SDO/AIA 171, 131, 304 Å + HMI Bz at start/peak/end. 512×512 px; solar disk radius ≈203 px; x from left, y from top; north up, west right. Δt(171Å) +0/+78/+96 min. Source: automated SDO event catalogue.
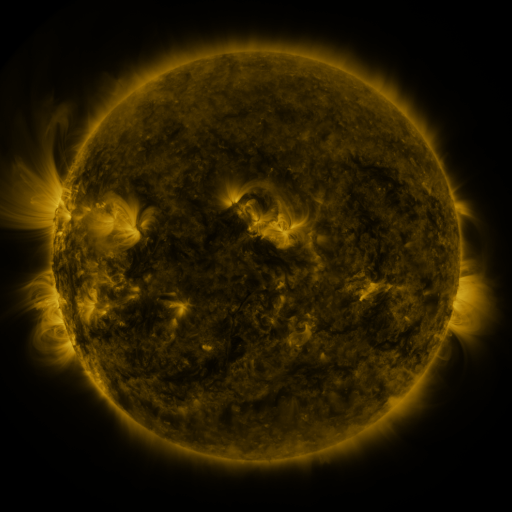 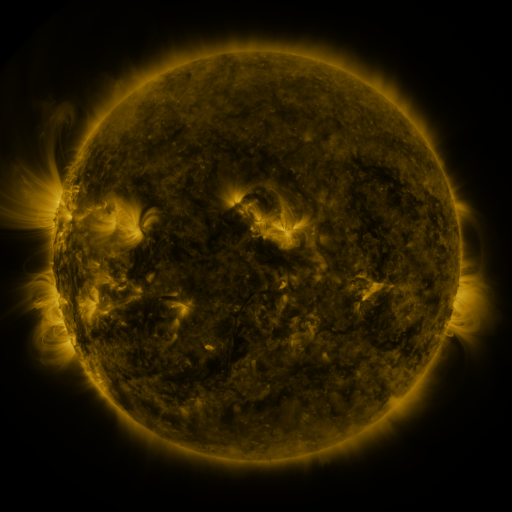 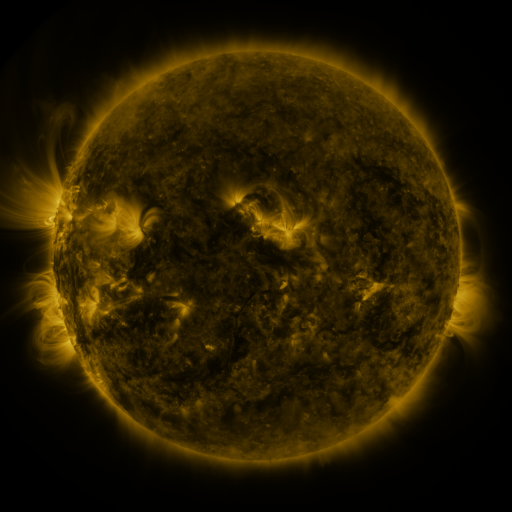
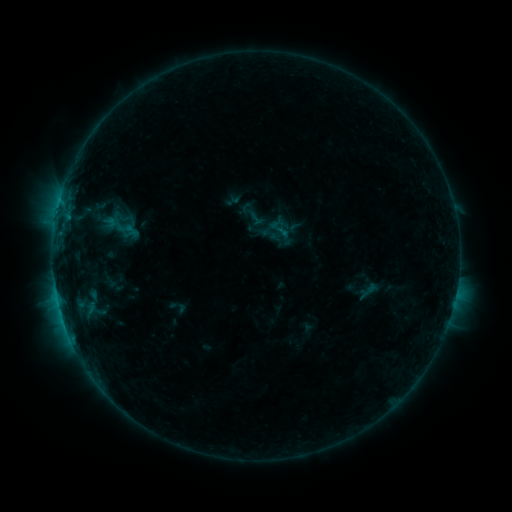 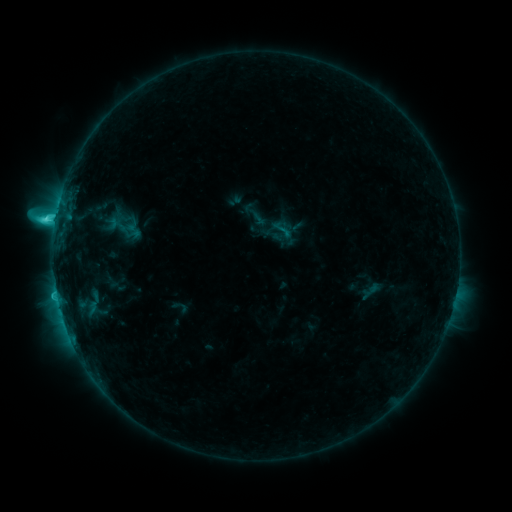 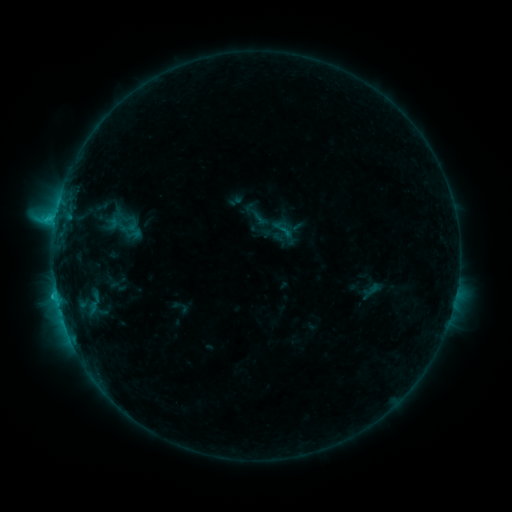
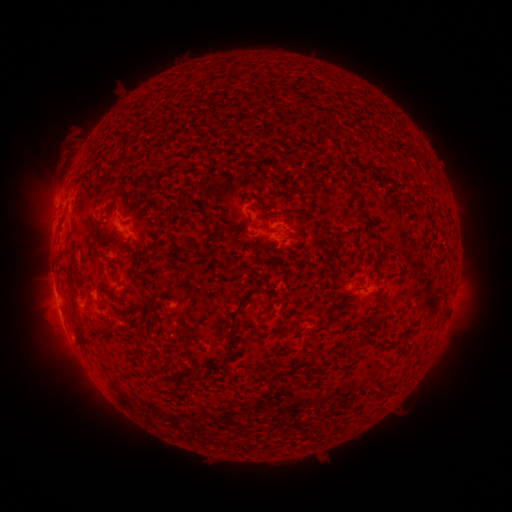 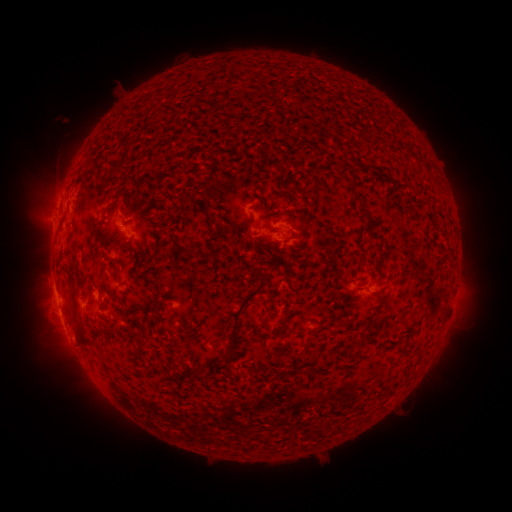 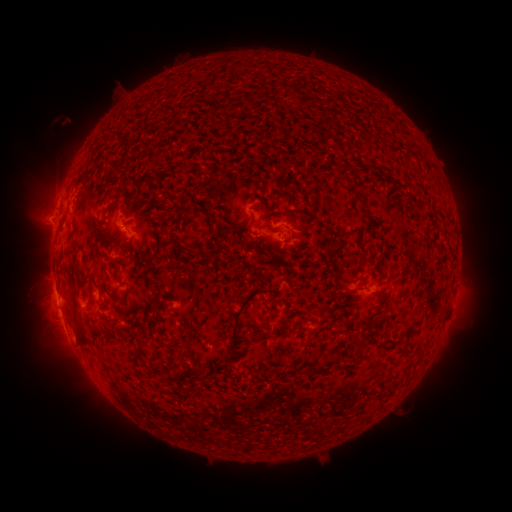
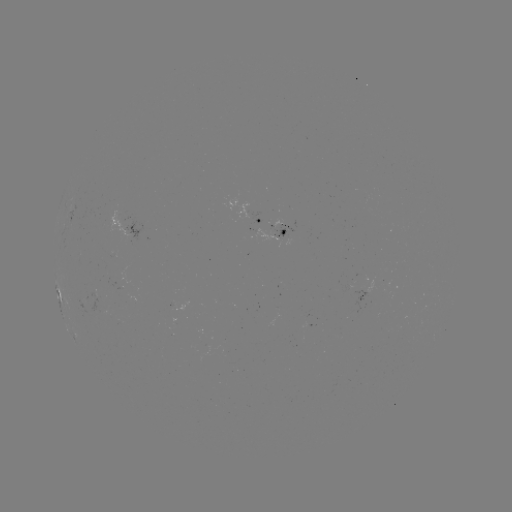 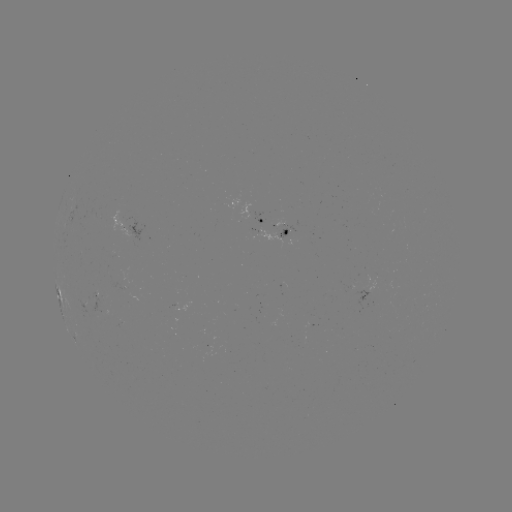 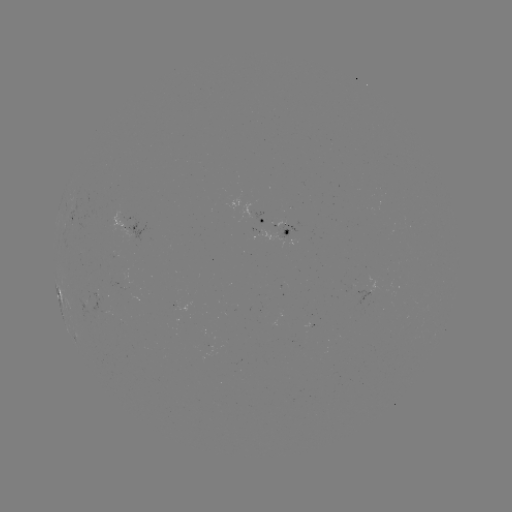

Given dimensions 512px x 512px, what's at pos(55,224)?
C4.2 flare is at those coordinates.